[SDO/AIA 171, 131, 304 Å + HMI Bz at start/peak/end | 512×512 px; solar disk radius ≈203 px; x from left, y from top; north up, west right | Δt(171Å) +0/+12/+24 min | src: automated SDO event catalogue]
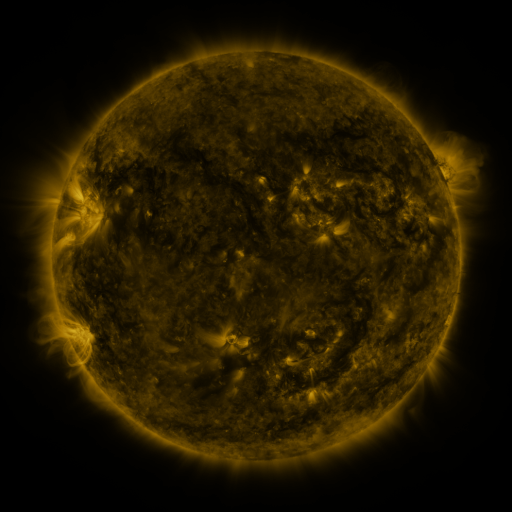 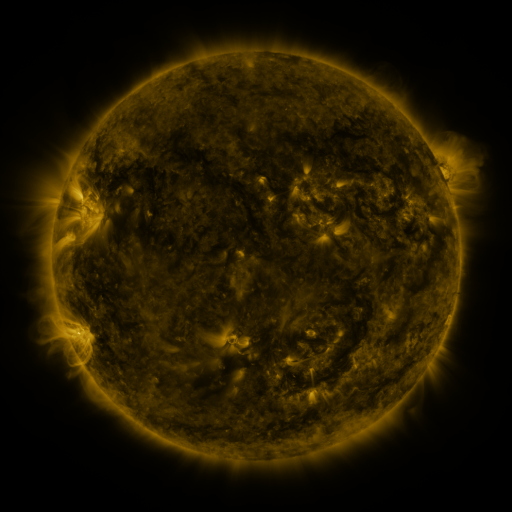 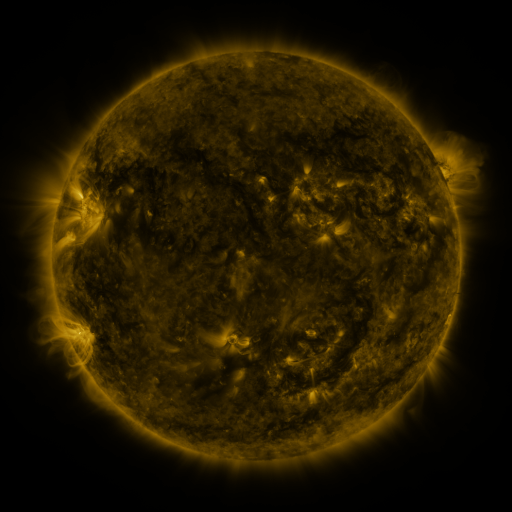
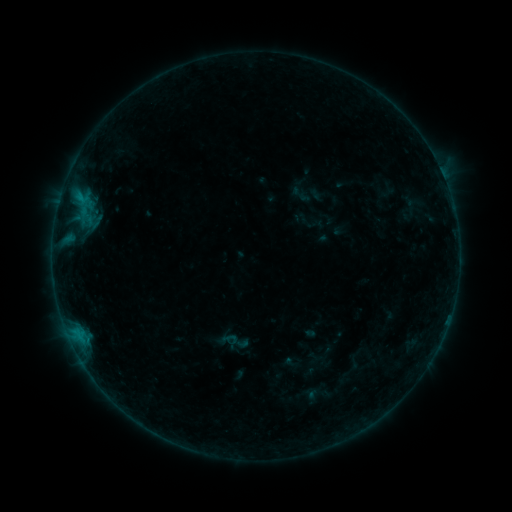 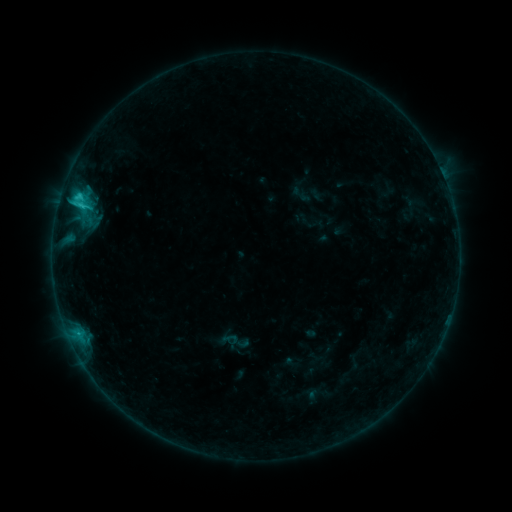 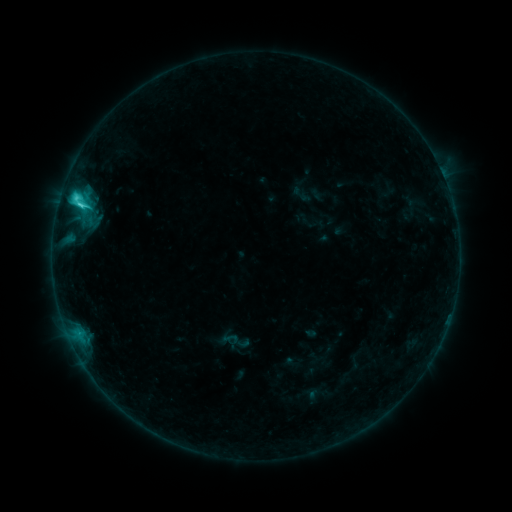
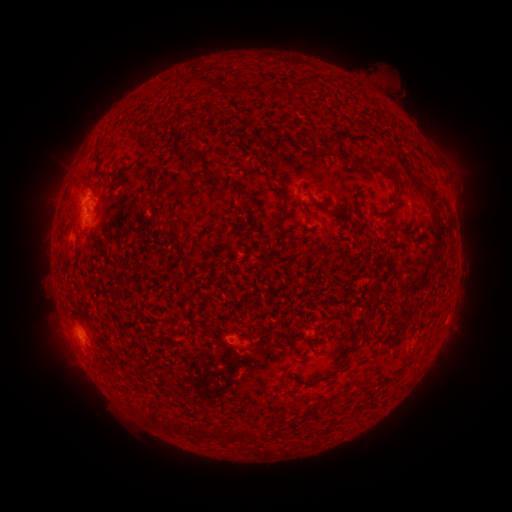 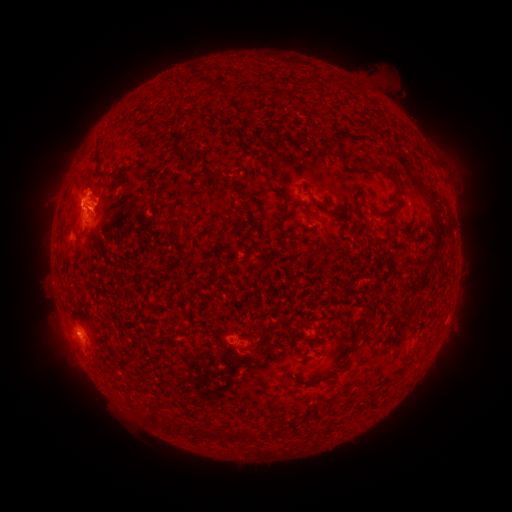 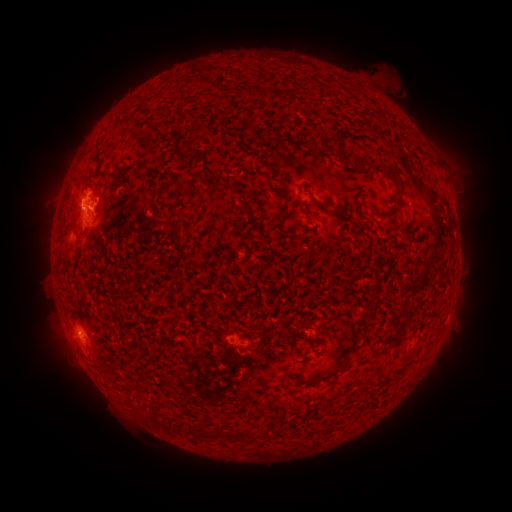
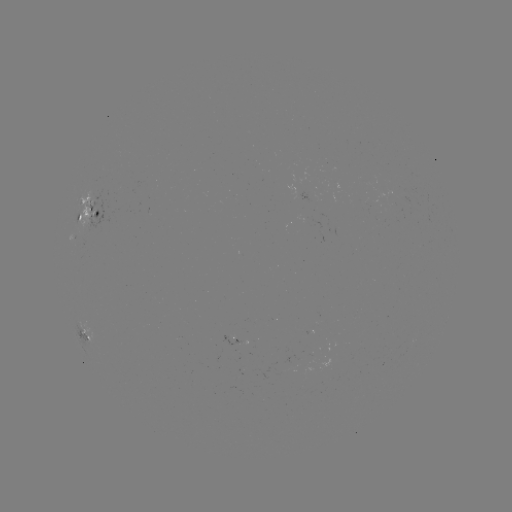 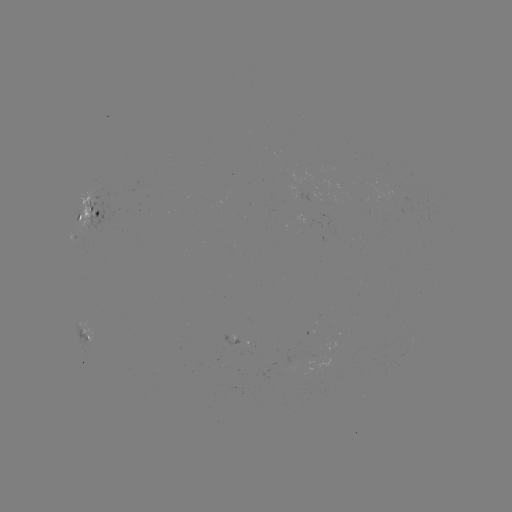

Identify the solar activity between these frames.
C3.4 flare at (82, 207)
